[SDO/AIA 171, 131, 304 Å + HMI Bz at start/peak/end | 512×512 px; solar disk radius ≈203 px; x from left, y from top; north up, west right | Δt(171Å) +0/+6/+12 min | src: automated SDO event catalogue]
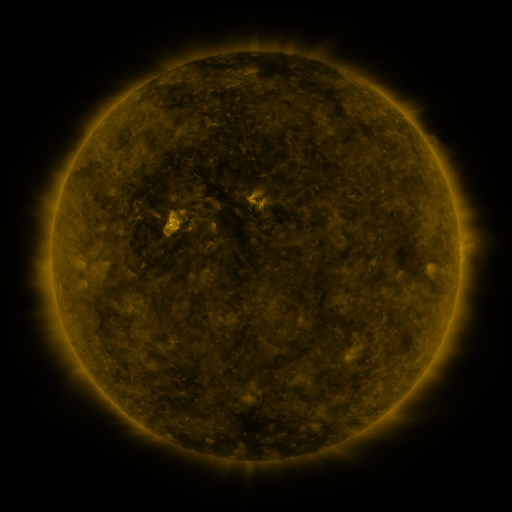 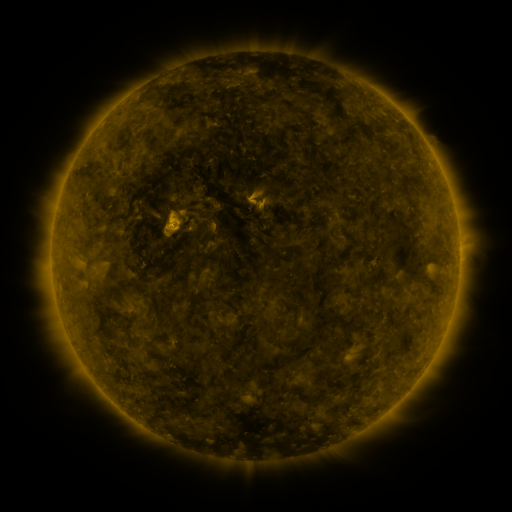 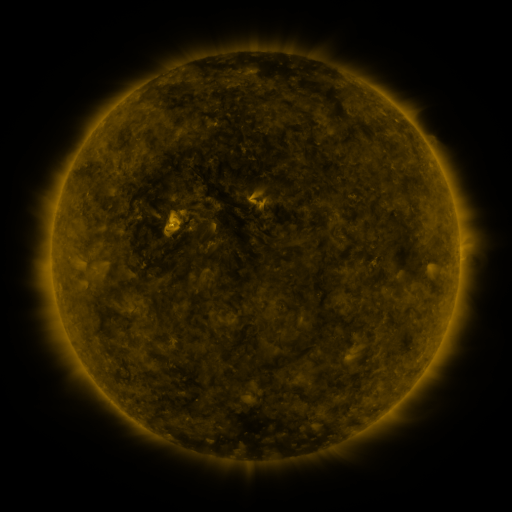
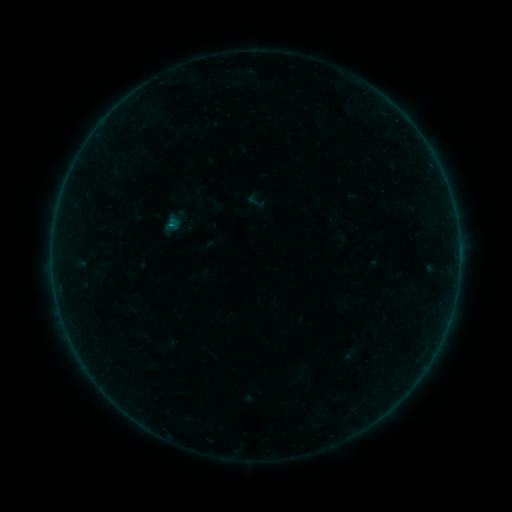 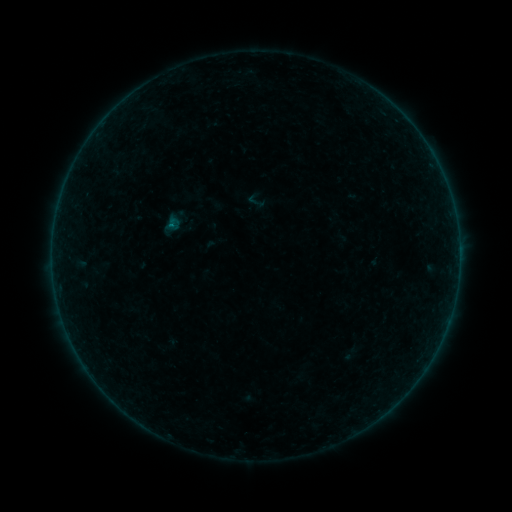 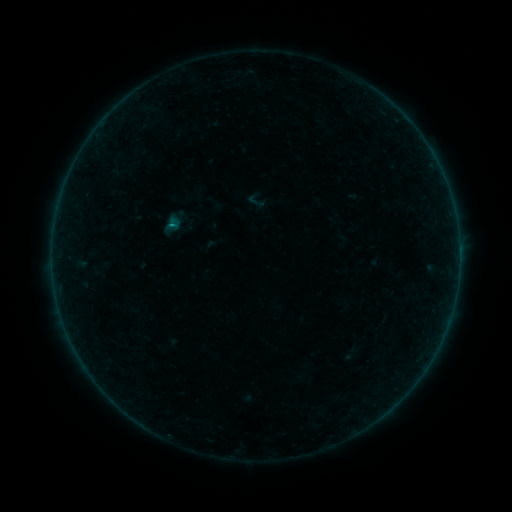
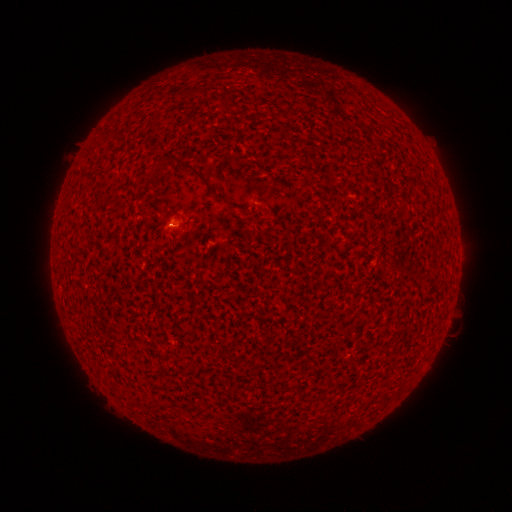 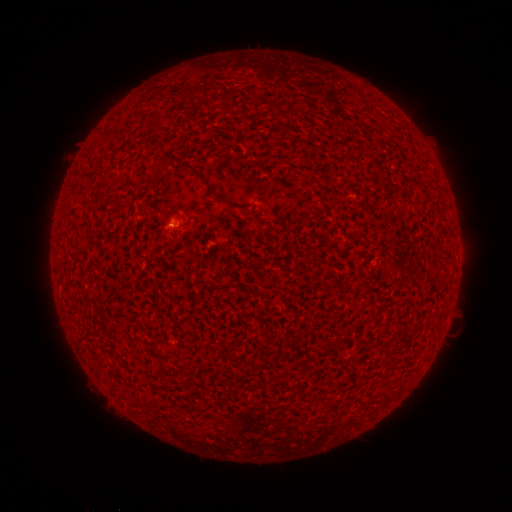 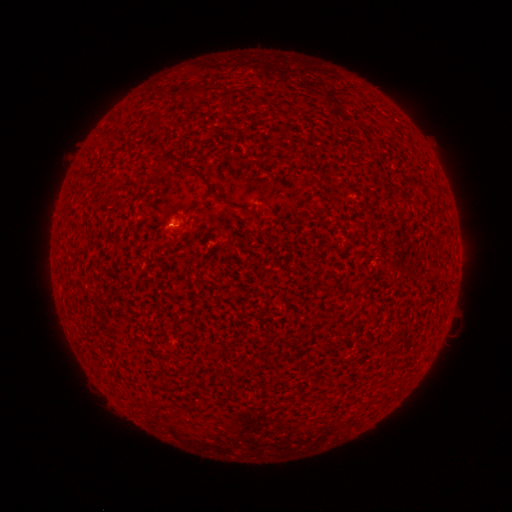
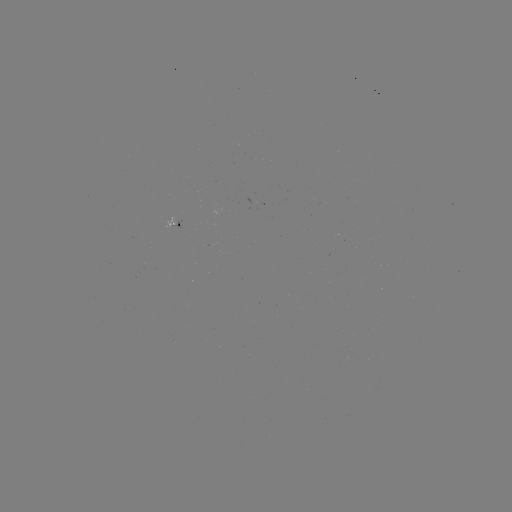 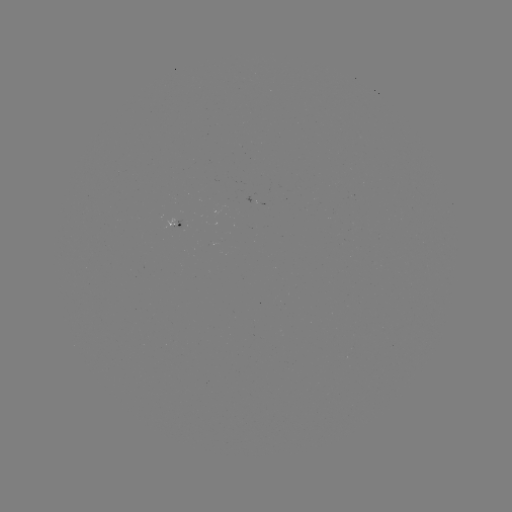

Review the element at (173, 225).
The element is B1.6 flare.